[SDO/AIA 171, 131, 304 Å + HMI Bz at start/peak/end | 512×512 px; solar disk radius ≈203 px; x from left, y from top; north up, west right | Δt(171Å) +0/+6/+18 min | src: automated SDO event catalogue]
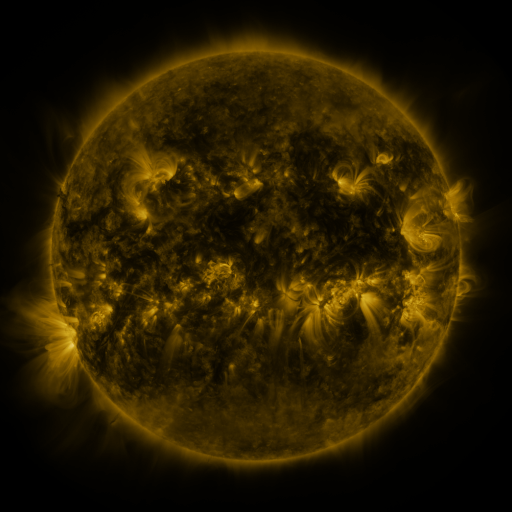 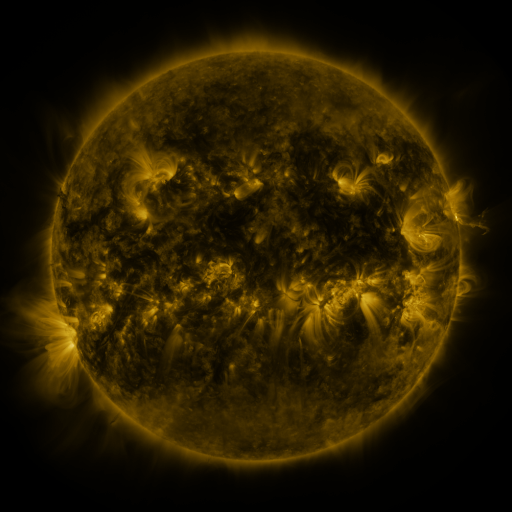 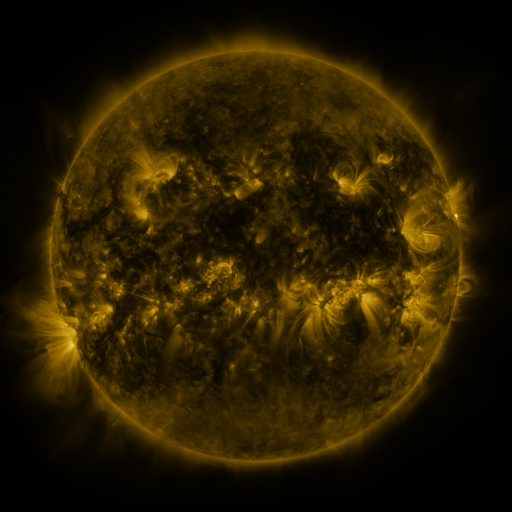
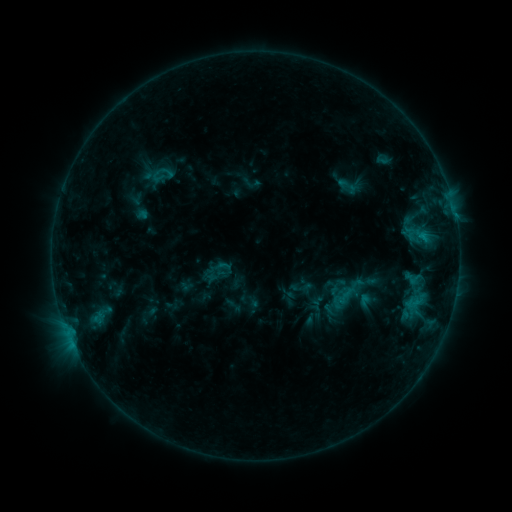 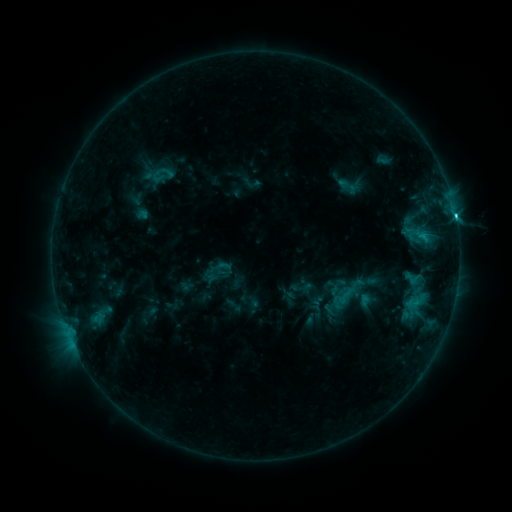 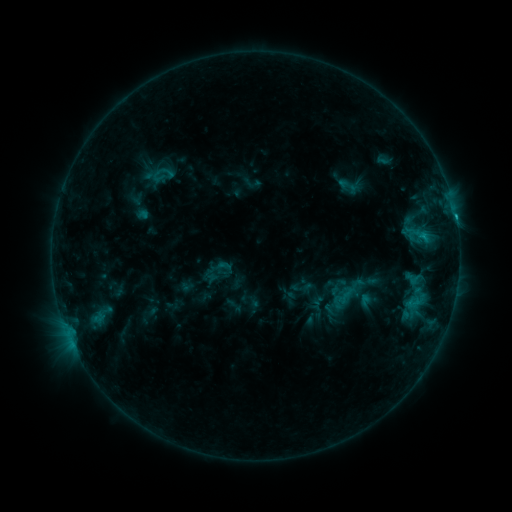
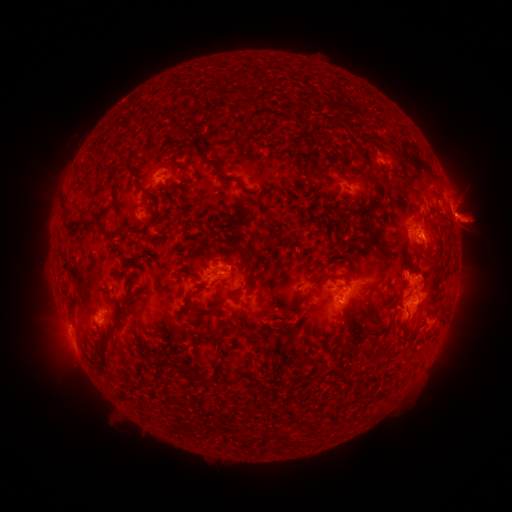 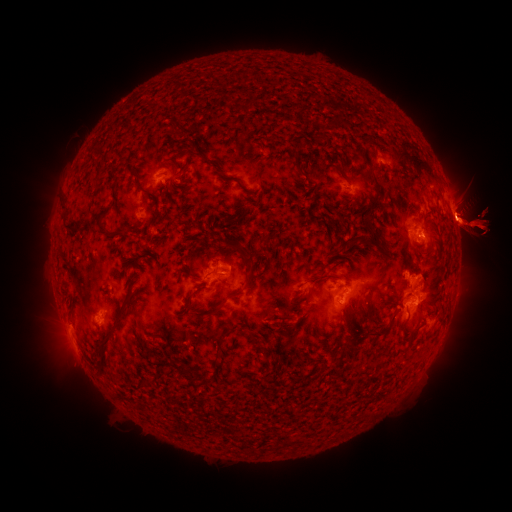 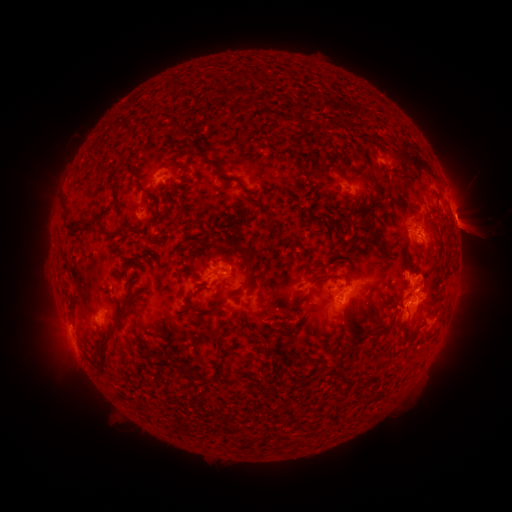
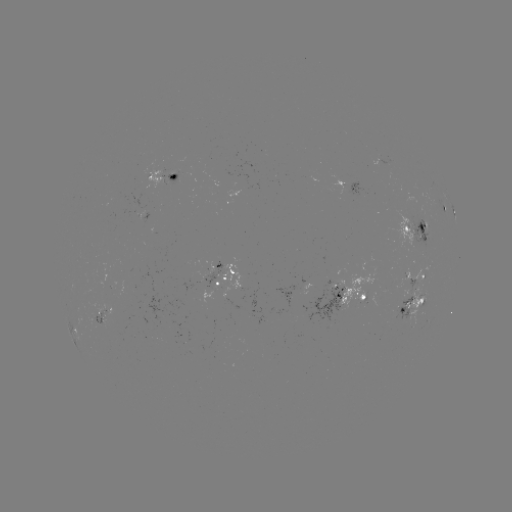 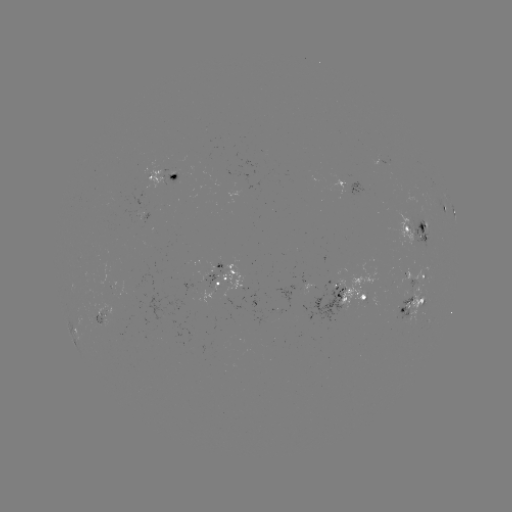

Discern C1.8 flare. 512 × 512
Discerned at (455, 216).